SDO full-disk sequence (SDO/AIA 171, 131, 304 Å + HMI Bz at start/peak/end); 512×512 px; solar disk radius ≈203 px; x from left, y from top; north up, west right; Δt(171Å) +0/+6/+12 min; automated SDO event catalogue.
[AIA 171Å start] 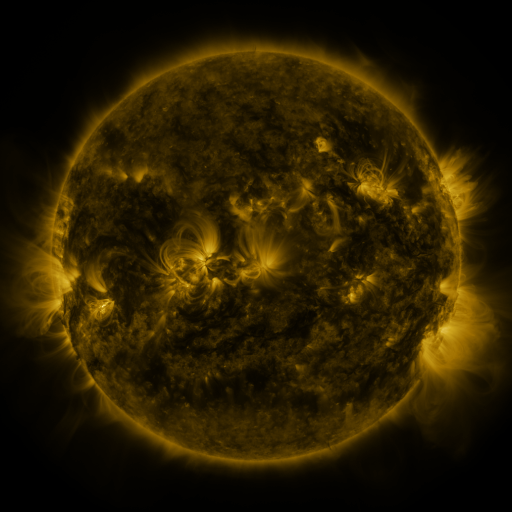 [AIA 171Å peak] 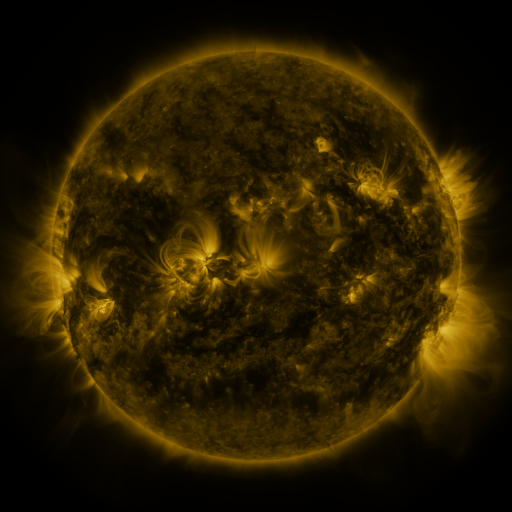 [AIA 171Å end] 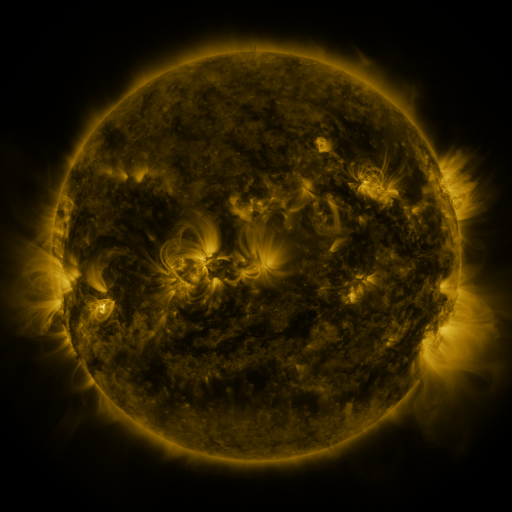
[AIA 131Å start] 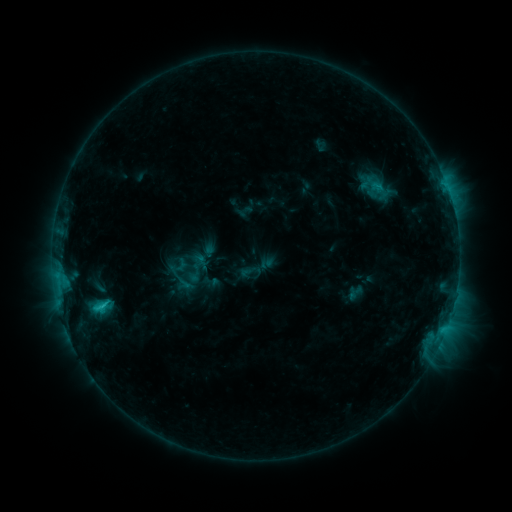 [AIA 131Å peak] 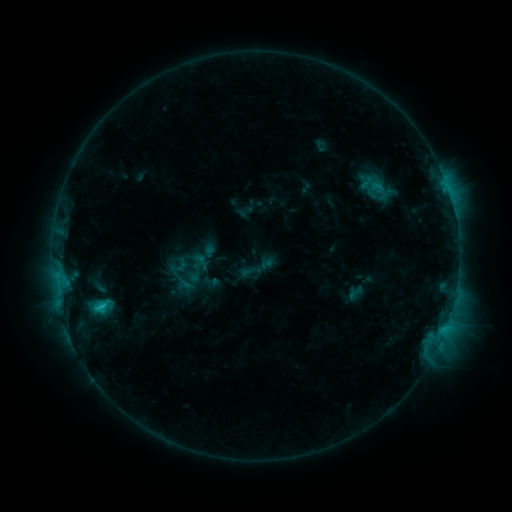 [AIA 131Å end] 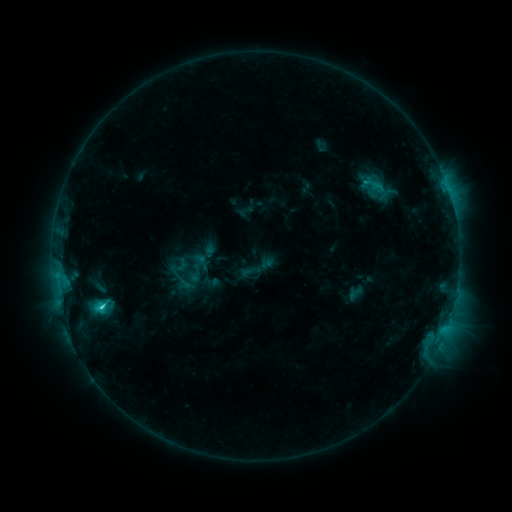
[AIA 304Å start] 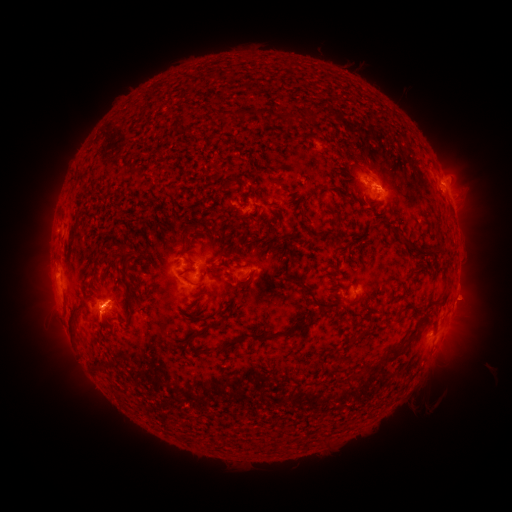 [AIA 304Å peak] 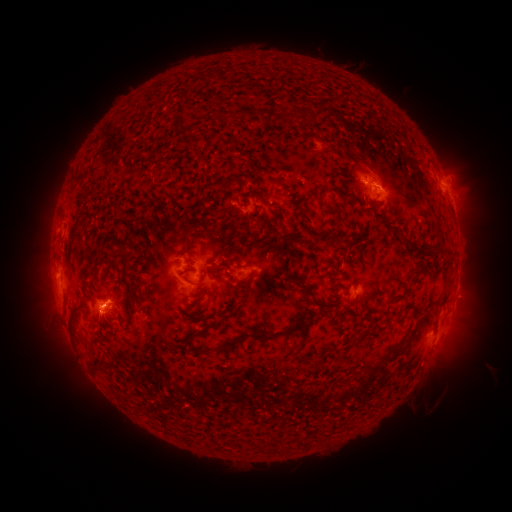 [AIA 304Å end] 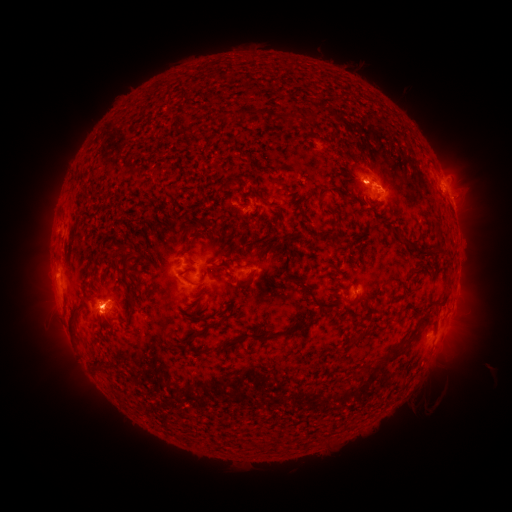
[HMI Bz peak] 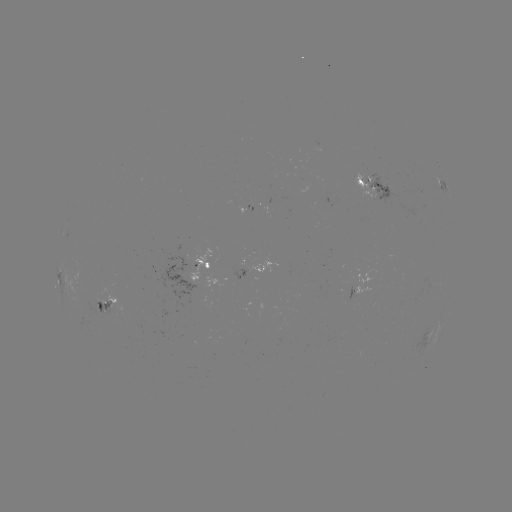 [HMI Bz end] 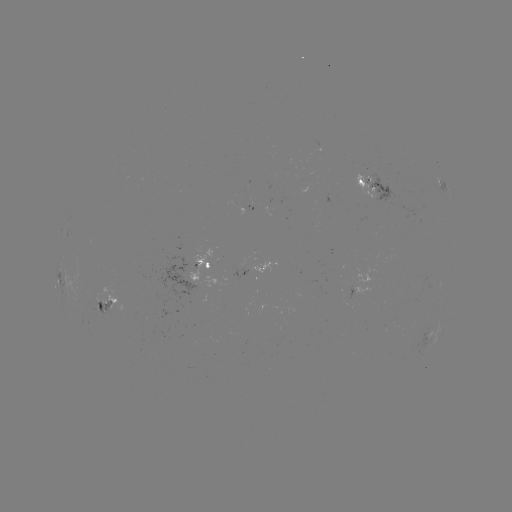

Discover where C2.7 flare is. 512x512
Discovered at [103, 303].